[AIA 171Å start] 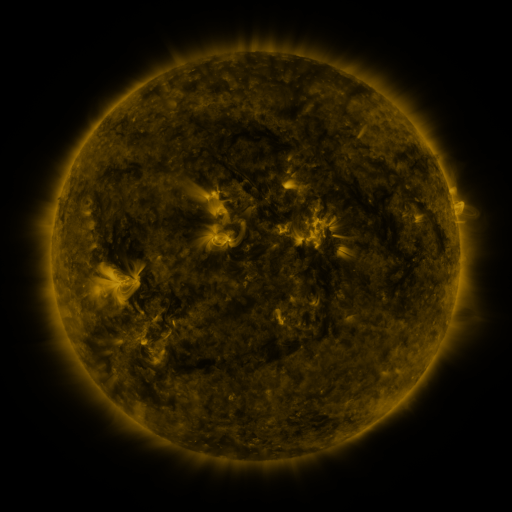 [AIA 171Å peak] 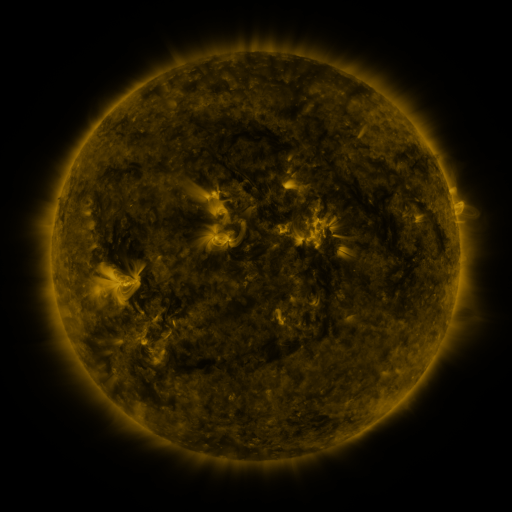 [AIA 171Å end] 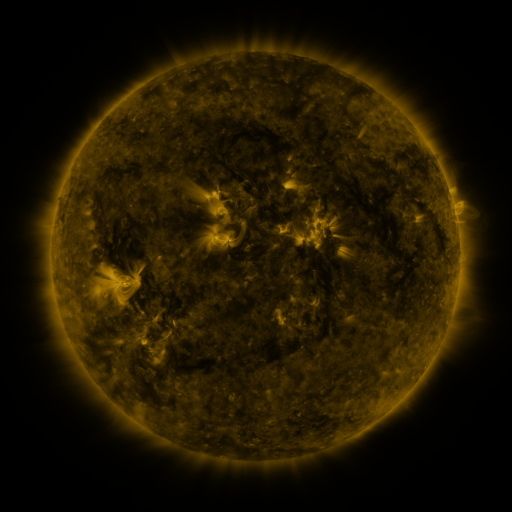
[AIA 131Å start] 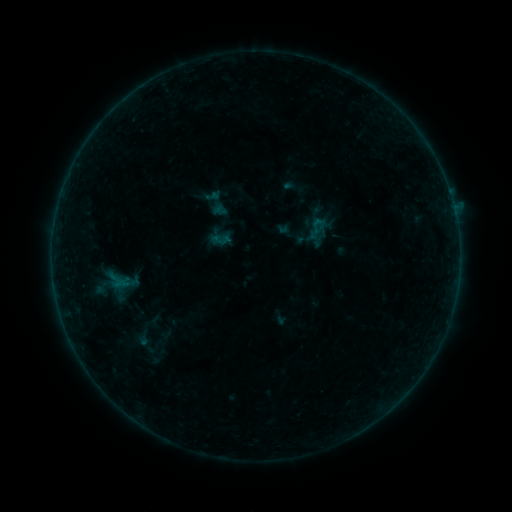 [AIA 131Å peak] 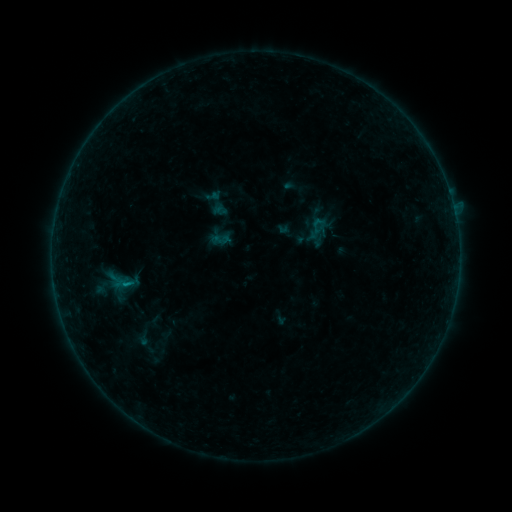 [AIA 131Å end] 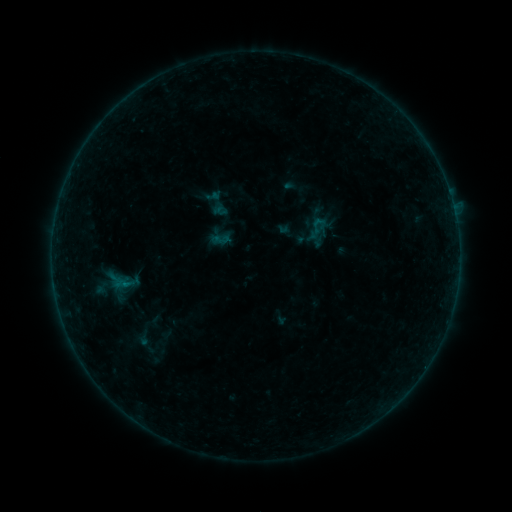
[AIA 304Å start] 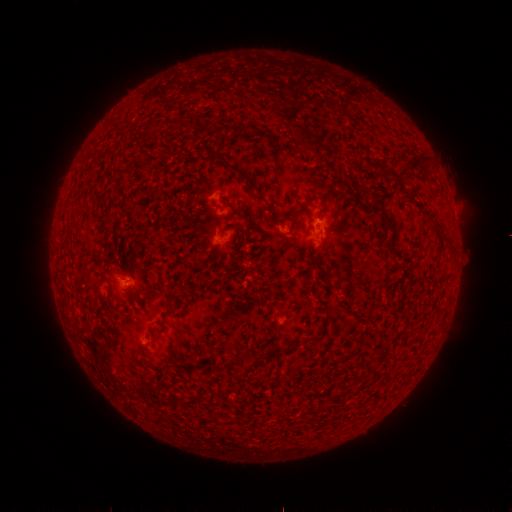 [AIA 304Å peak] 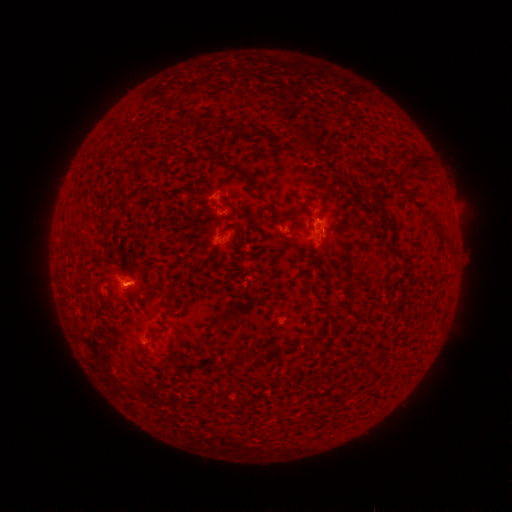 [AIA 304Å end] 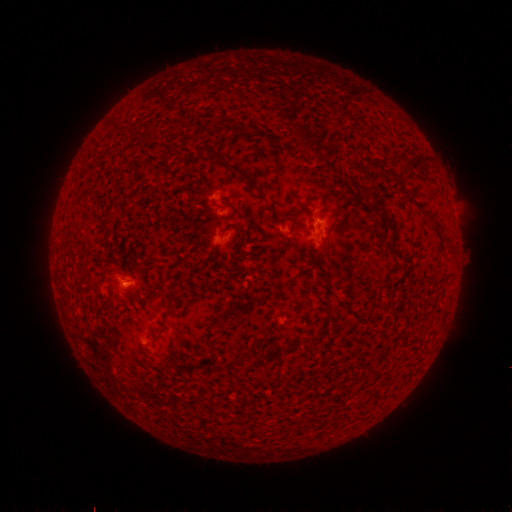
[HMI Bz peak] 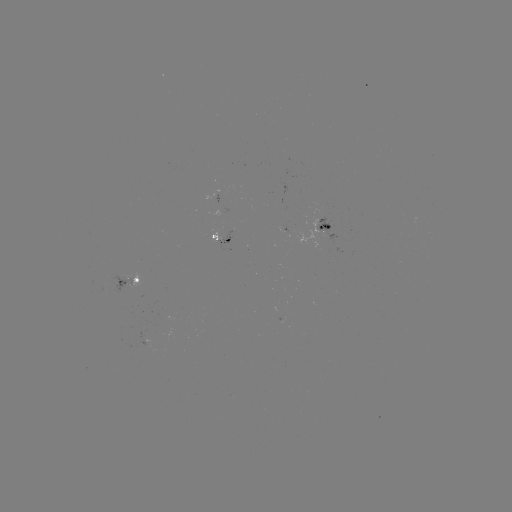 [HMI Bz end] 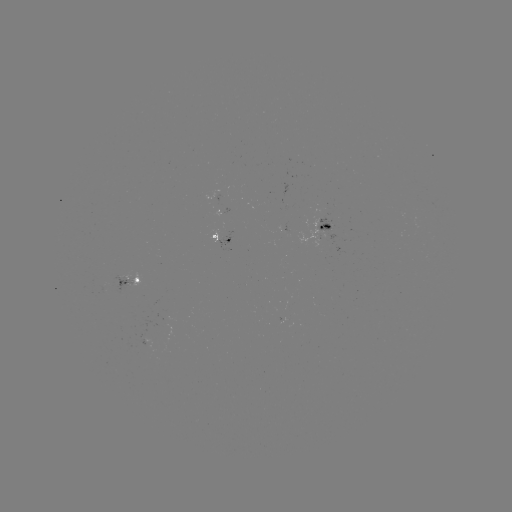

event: flare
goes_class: B2.0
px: (128, 283)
